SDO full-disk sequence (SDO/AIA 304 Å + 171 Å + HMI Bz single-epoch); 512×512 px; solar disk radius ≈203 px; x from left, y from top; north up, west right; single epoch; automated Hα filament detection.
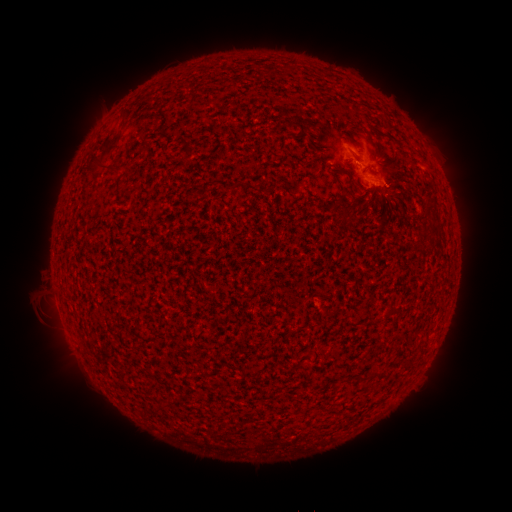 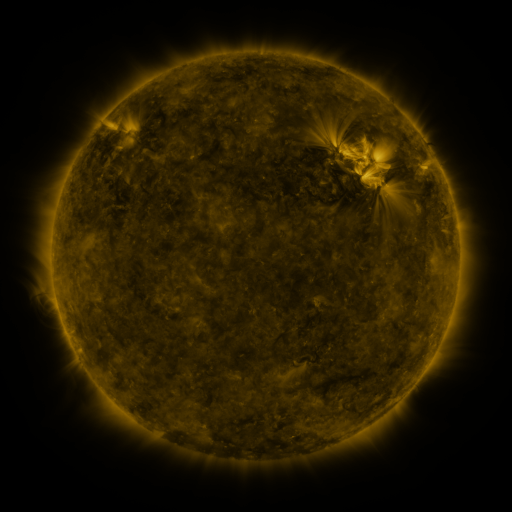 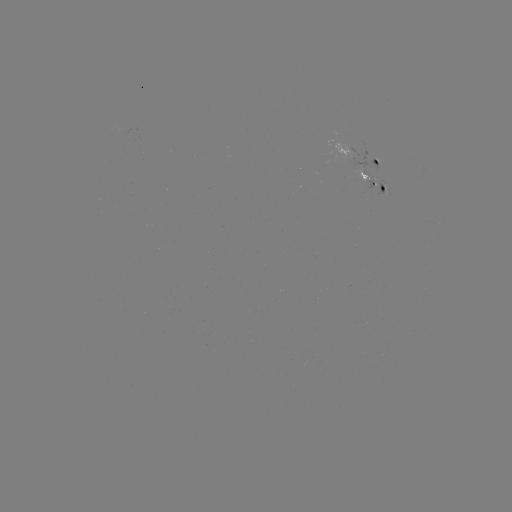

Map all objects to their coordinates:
filament: (109, 142)
filament: (389, 203)
filament: (431, 208)
filament: (380, 377)
filament: (359, 380)
